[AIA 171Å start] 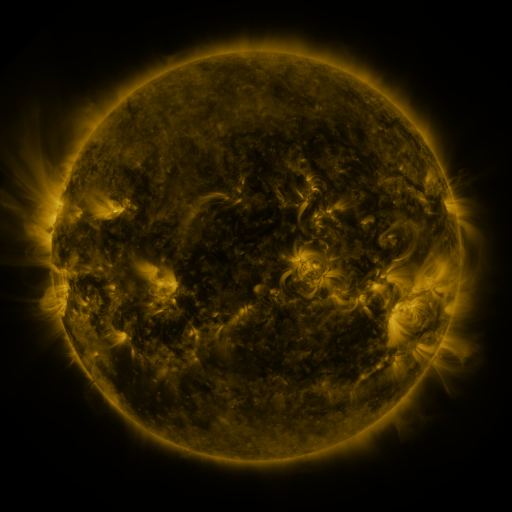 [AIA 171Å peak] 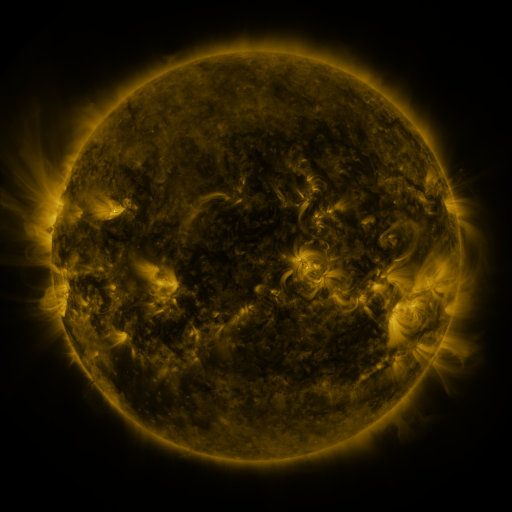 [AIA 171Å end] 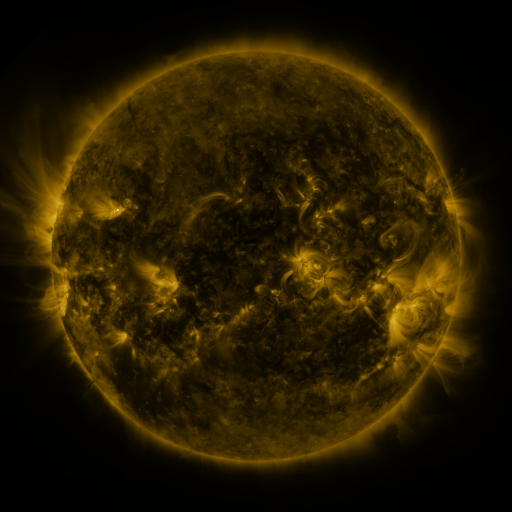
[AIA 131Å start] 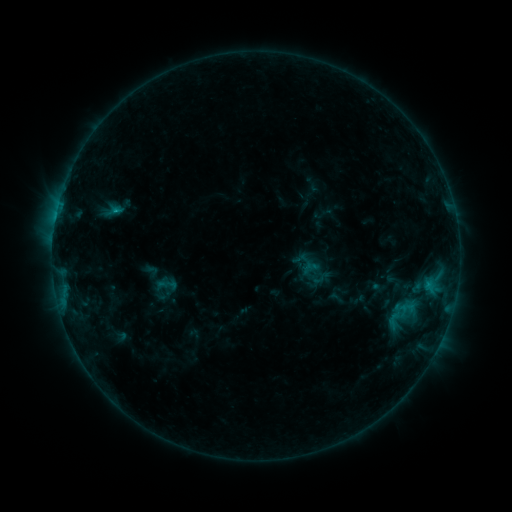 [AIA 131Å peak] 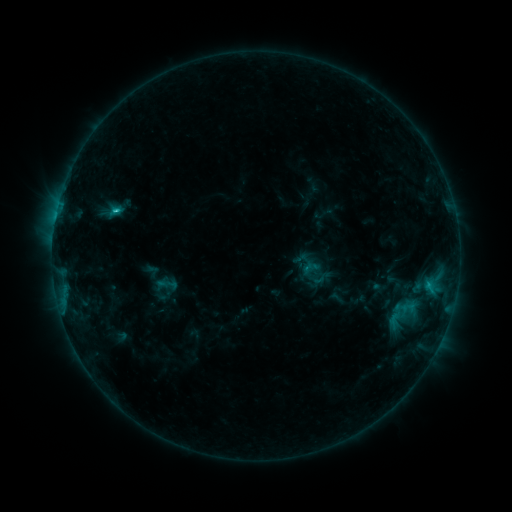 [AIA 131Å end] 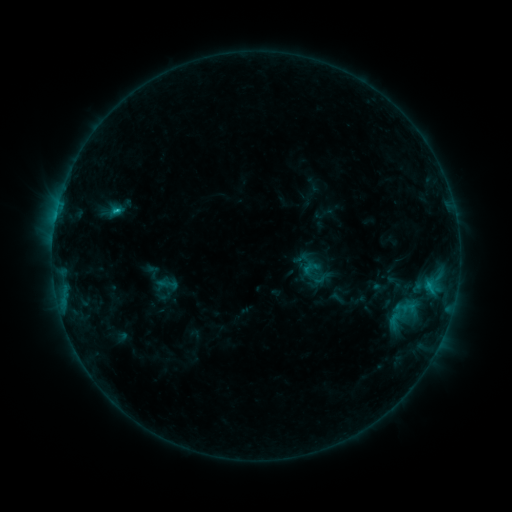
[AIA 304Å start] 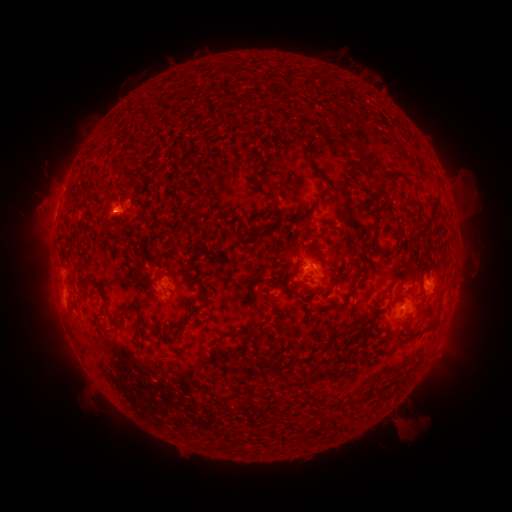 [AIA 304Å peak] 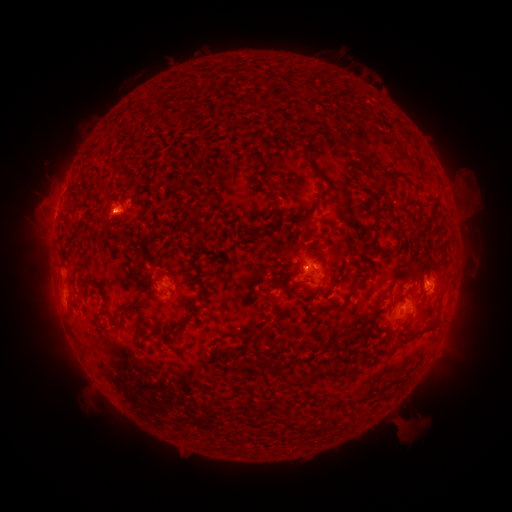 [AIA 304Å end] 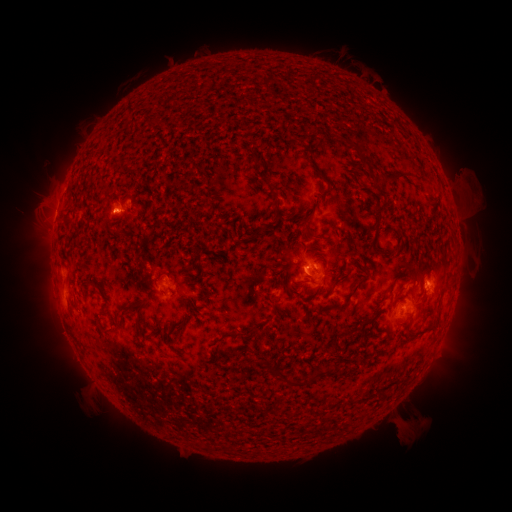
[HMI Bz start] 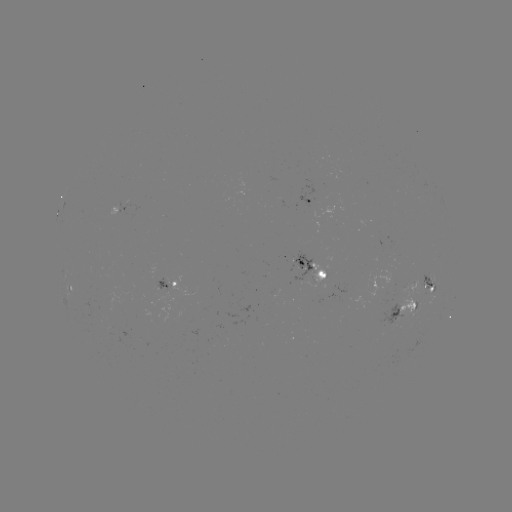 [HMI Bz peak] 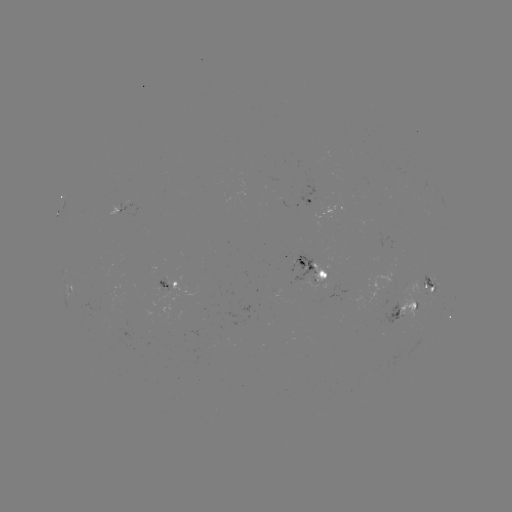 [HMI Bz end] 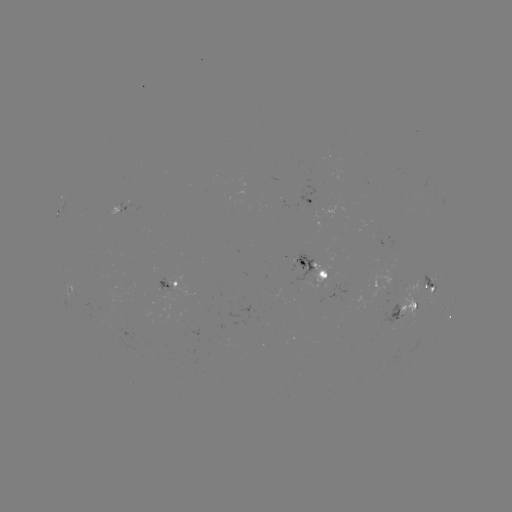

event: flare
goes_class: C1.4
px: (116, 214)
